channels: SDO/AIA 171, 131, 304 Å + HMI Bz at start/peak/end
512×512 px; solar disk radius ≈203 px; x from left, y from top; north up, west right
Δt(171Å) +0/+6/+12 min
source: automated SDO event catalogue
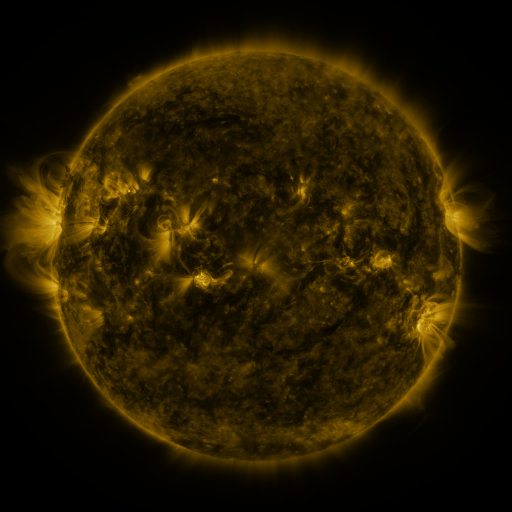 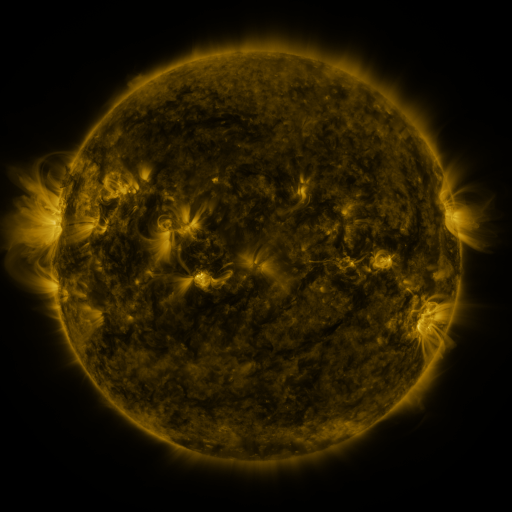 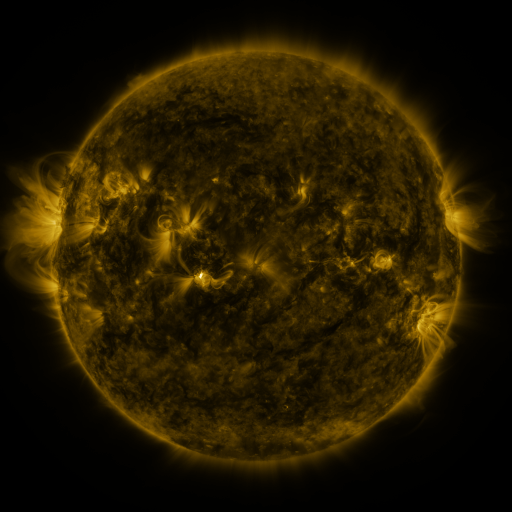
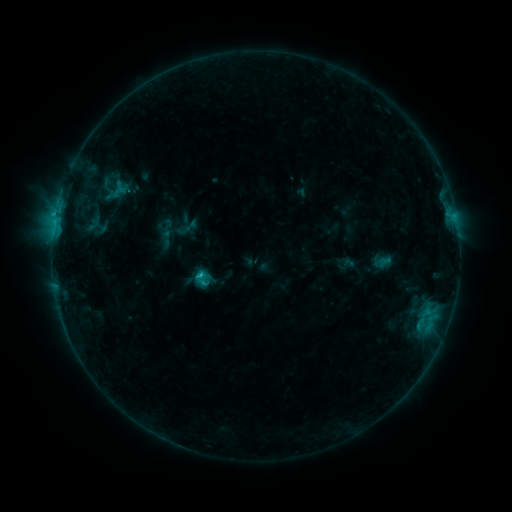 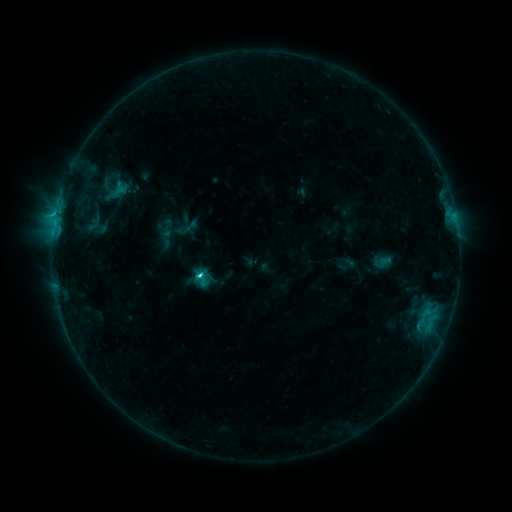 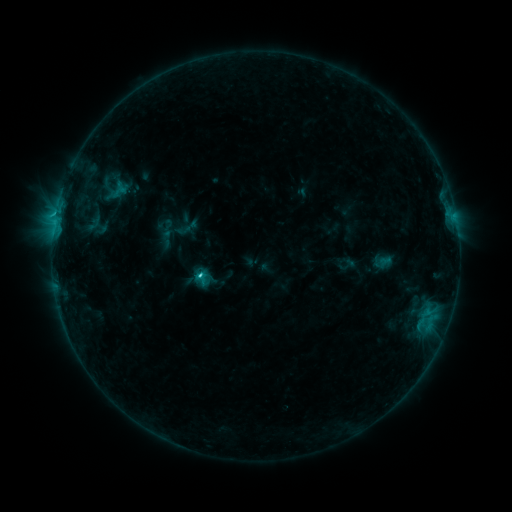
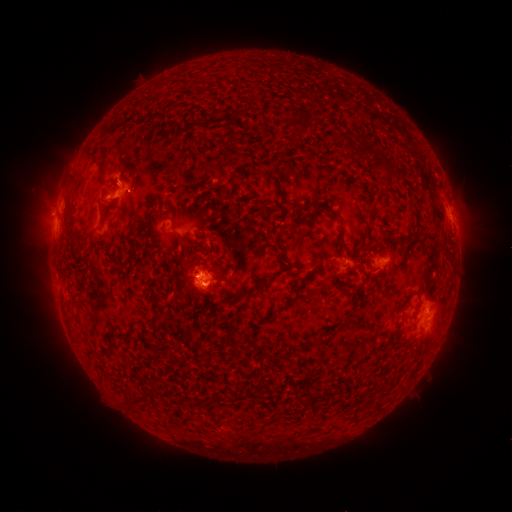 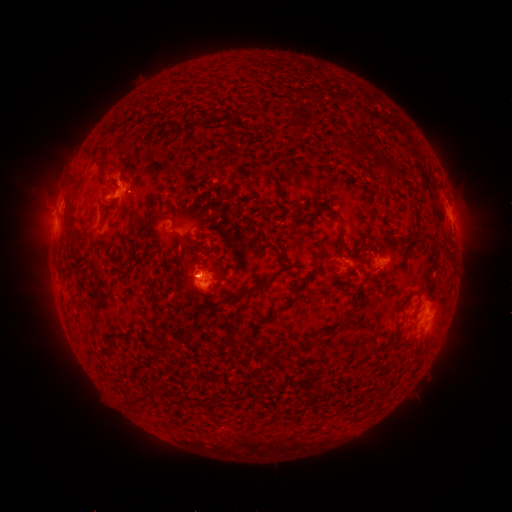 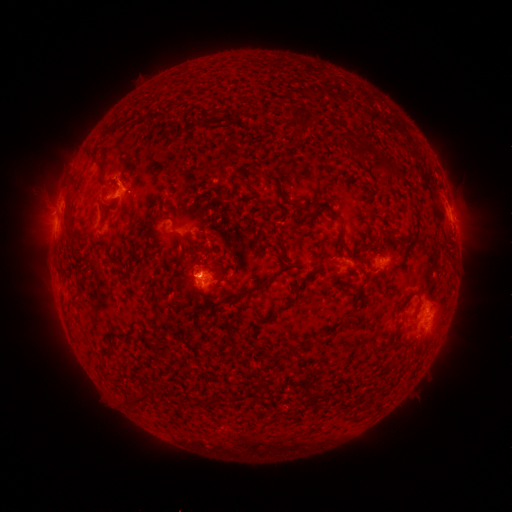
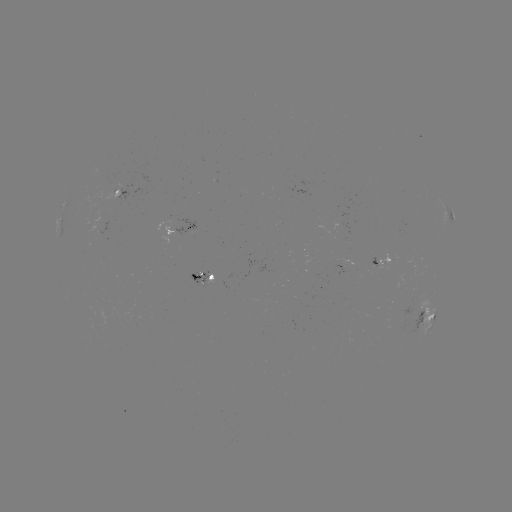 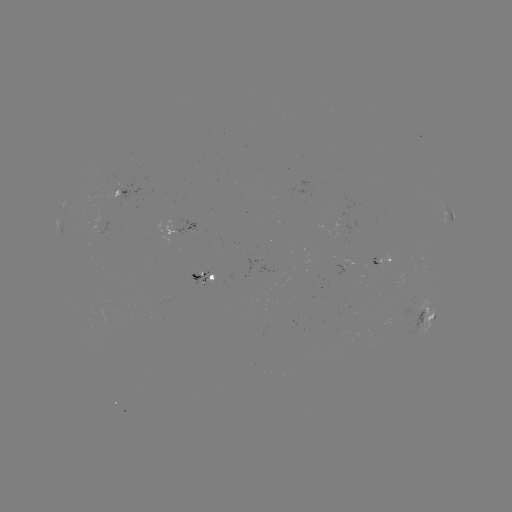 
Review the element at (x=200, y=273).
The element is C2.1 flare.